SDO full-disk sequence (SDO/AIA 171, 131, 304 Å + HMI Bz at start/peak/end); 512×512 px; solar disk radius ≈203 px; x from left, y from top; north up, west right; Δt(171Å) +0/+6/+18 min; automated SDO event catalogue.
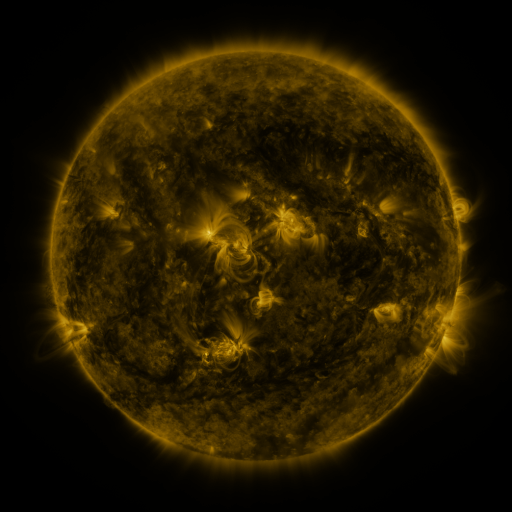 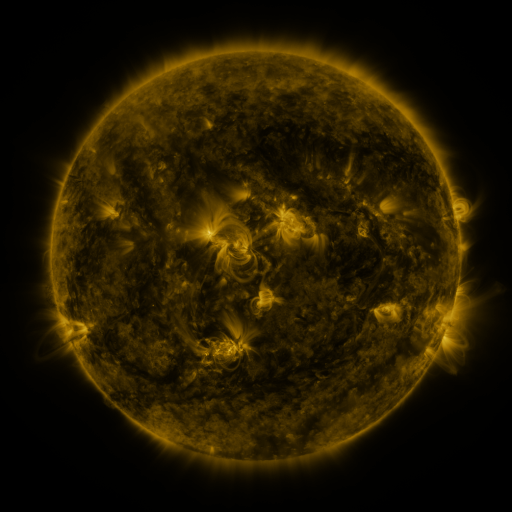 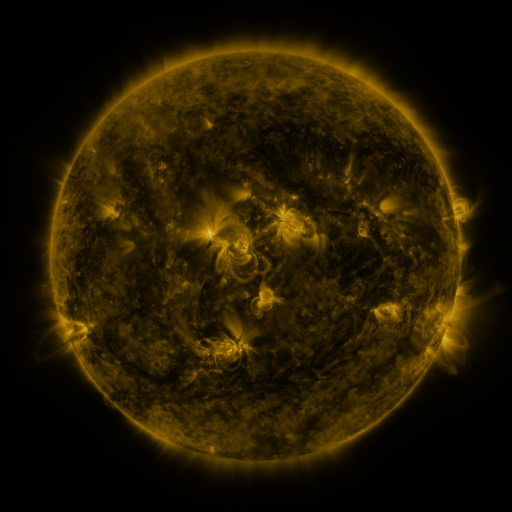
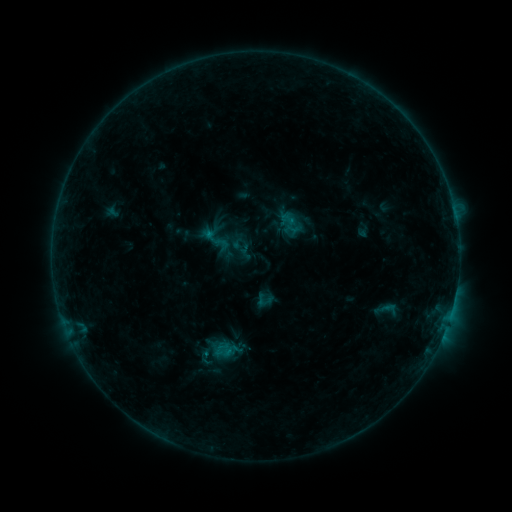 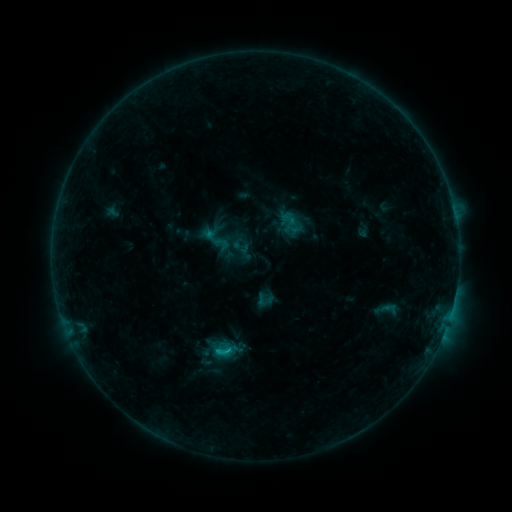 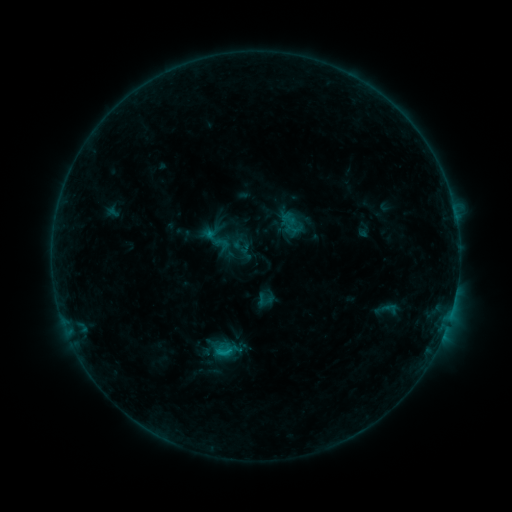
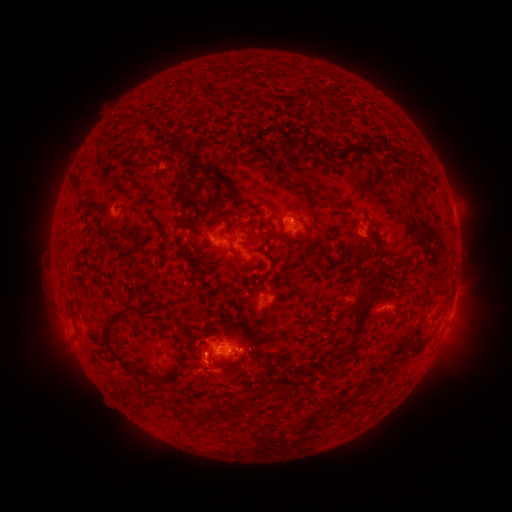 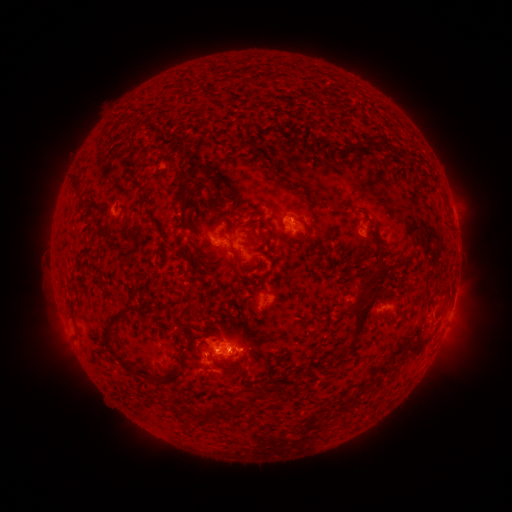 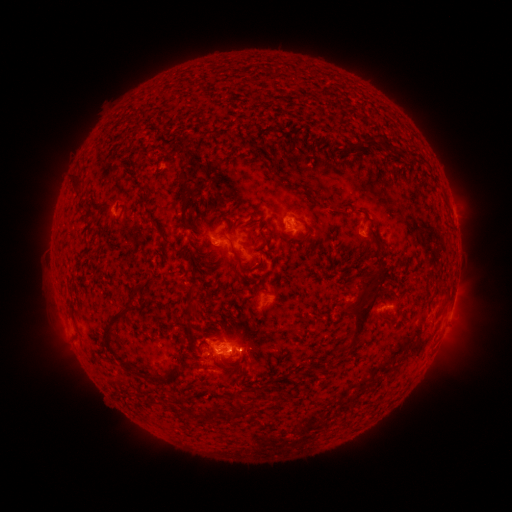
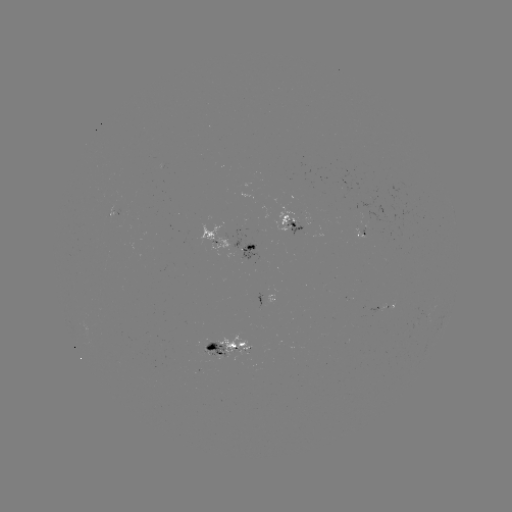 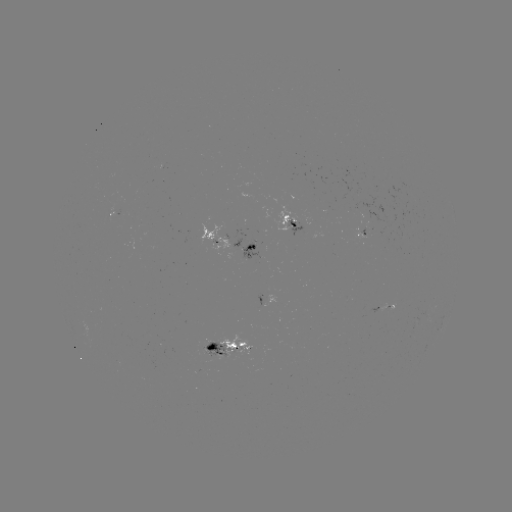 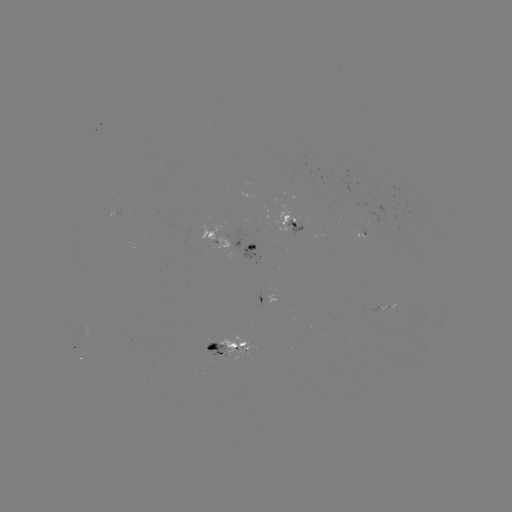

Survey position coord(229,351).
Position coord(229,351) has C1.0 flare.